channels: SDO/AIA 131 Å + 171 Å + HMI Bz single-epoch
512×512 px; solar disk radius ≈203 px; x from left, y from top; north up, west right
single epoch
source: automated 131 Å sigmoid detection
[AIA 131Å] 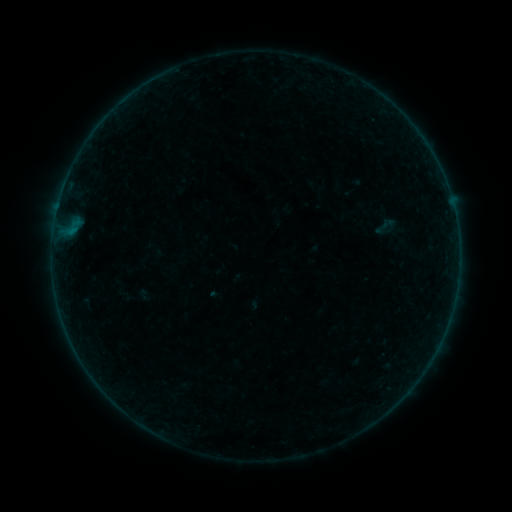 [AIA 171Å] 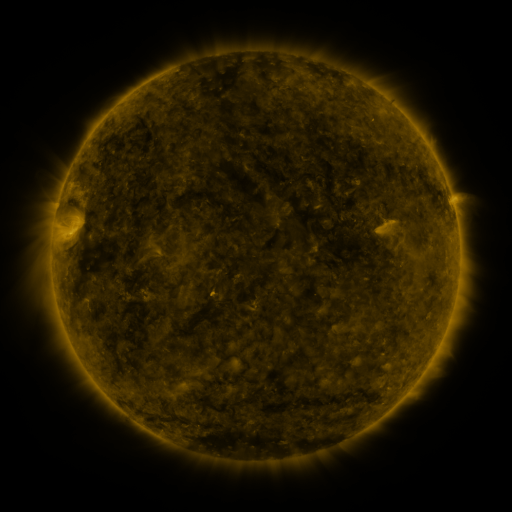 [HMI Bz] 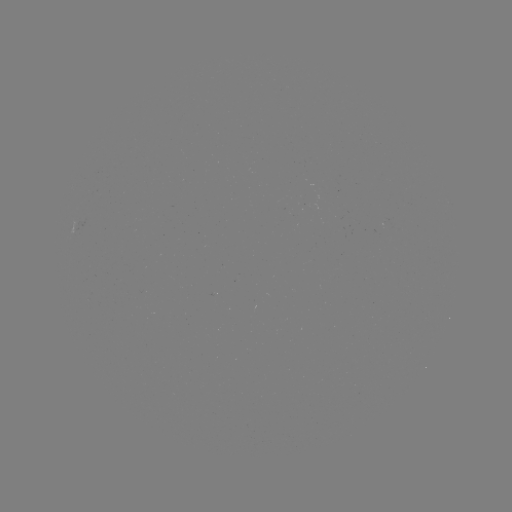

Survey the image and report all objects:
sigmoid: [371, 213, 399, 240]
